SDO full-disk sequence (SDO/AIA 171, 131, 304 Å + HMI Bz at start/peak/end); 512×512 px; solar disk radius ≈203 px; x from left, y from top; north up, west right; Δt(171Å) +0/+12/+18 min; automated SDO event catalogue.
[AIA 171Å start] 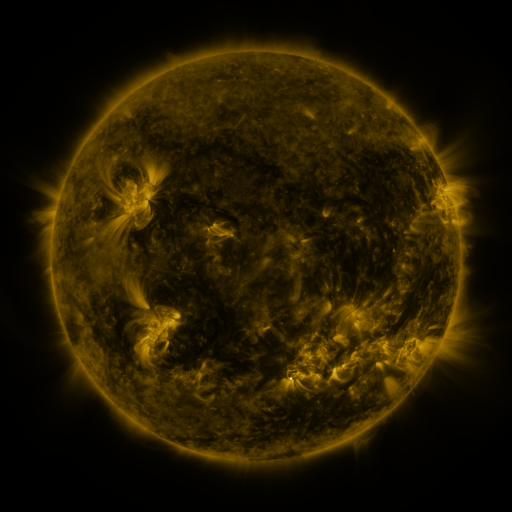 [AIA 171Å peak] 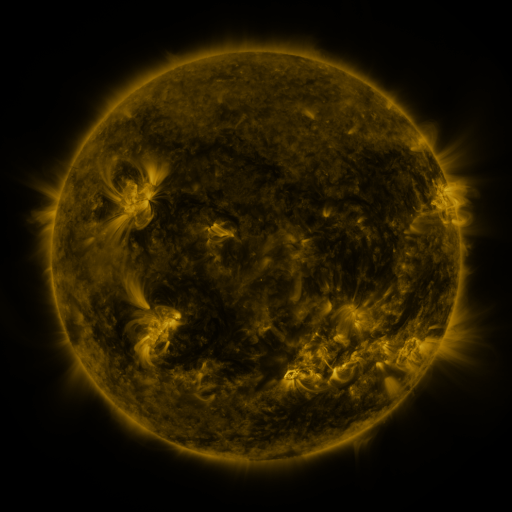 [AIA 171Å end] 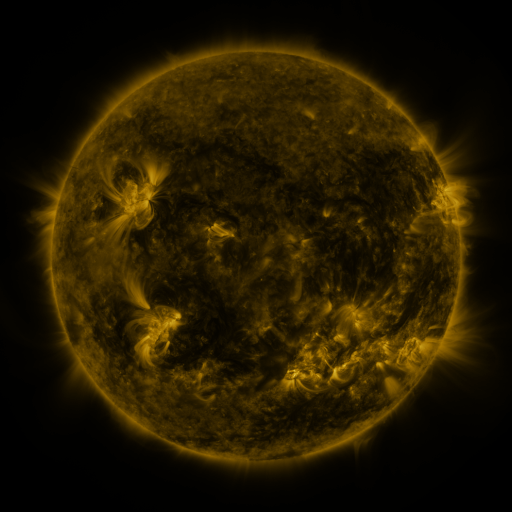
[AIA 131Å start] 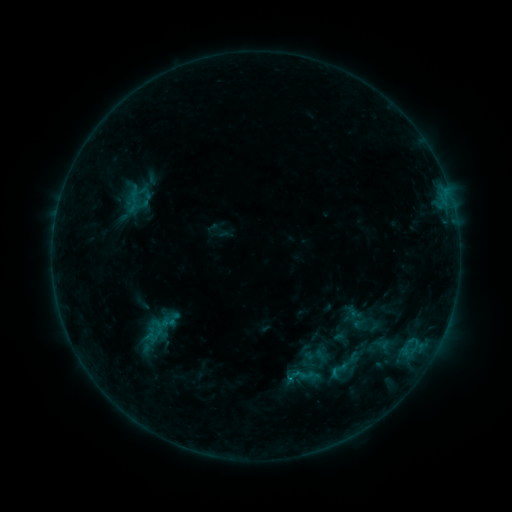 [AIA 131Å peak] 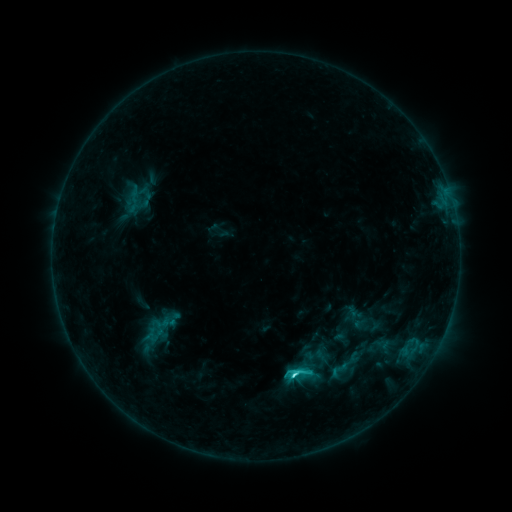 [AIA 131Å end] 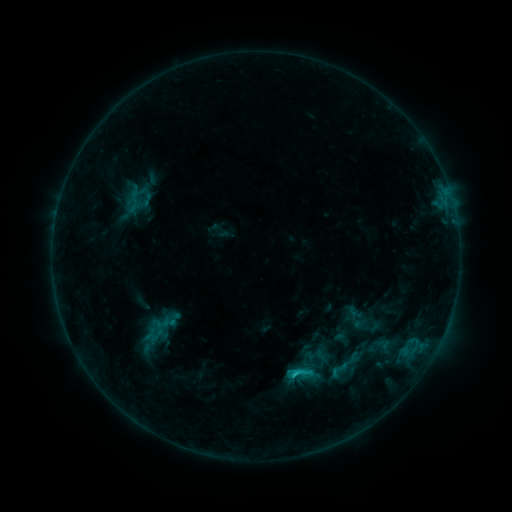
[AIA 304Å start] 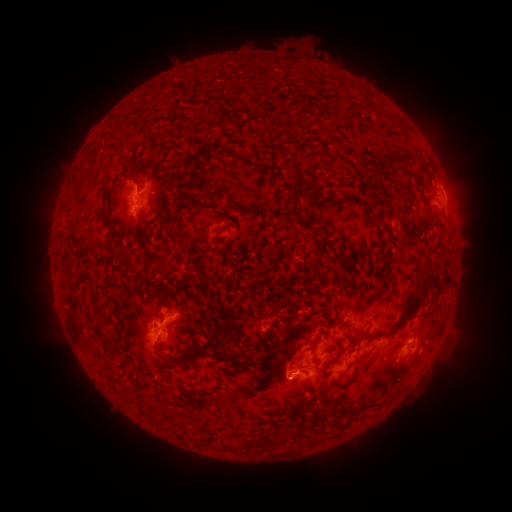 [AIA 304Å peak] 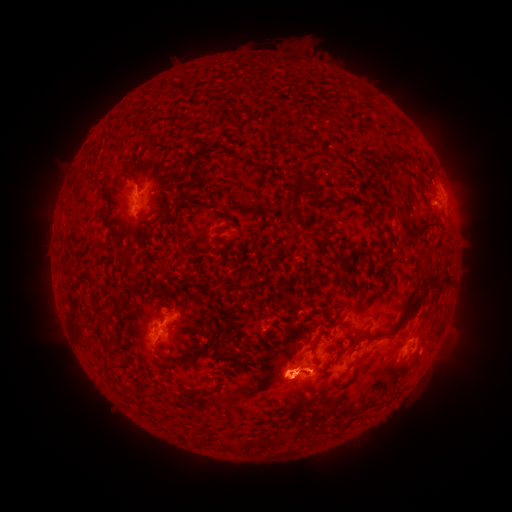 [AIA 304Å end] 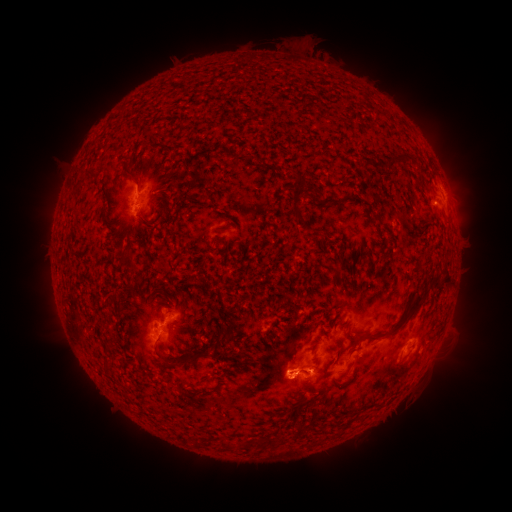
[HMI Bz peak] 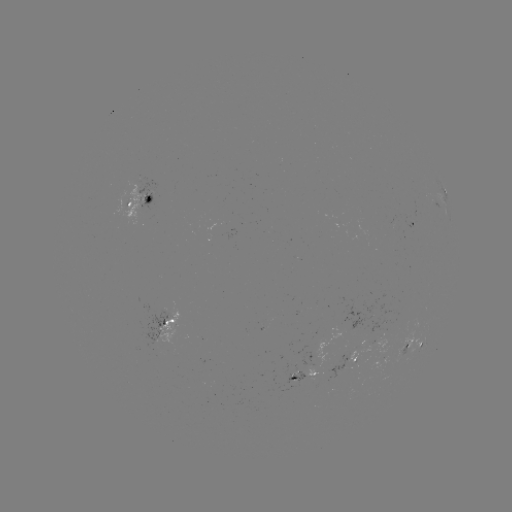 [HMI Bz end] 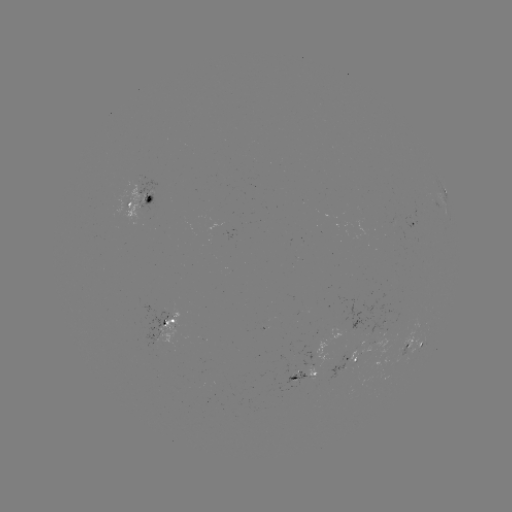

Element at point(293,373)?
C2.7 flare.